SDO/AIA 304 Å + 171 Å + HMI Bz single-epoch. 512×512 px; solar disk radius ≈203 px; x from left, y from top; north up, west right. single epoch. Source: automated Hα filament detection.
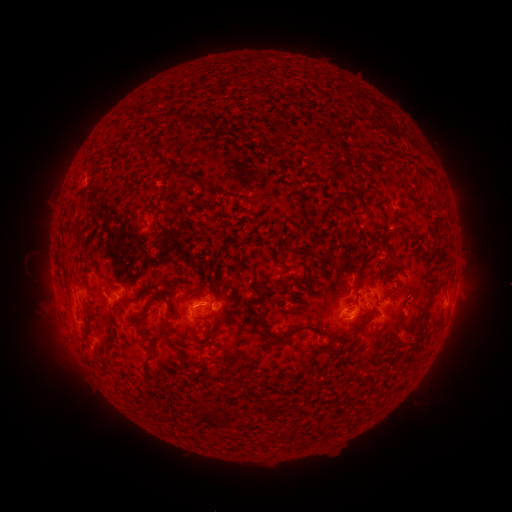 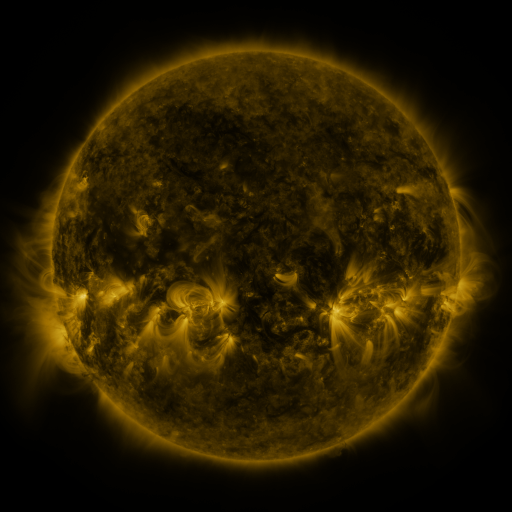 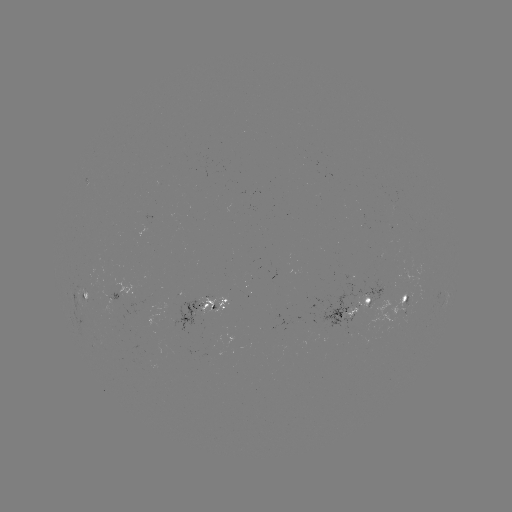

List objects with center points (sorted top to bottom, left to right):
filament: (188, 115, 198, 123)
filament: (166, 161, 177, 173)
filament: (68, 218, 85, 239)
filament: (380, 255, 401, 267)
filament: (253, 289, 262, 300)
filament: (121, 298, 130, 307)
filament: (140, 299, 152, 311)
filament: (256, 308, 271, 324)
filament: (195, 315, 210, 321)
filament: (335, 319, 366, 346)
filament: (146, 339, 154, 350)
filament: (141, 353, 154, 377)
filament: (100, 354, 113, 375)
filament: (262, 401, 270, 414)
filament: (204, 406, 216, 420)
